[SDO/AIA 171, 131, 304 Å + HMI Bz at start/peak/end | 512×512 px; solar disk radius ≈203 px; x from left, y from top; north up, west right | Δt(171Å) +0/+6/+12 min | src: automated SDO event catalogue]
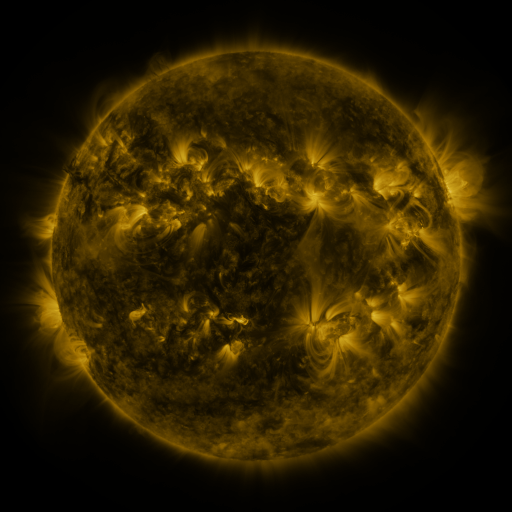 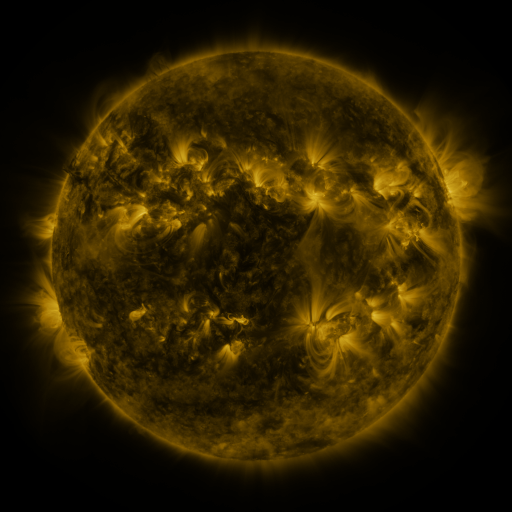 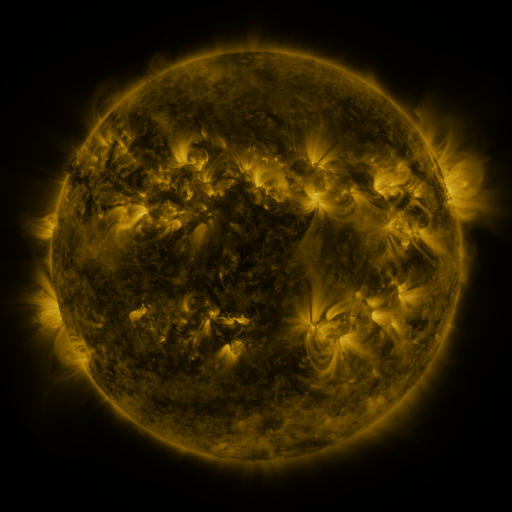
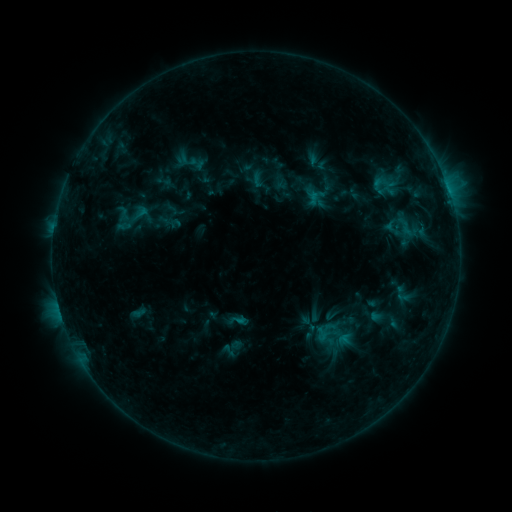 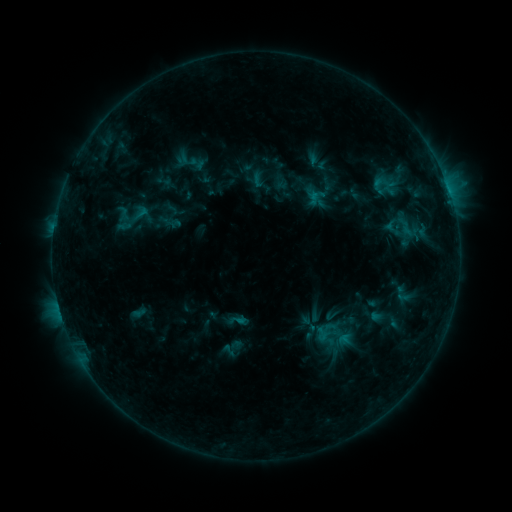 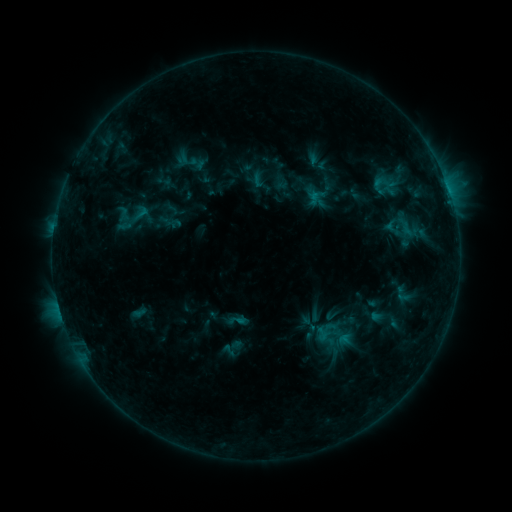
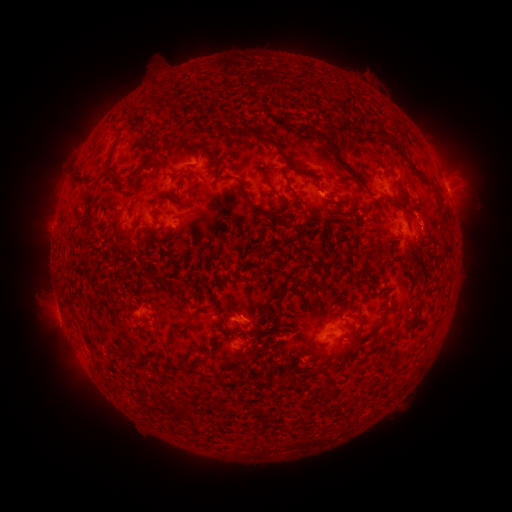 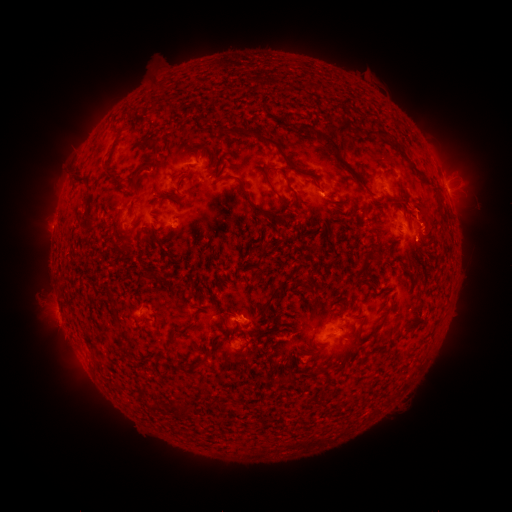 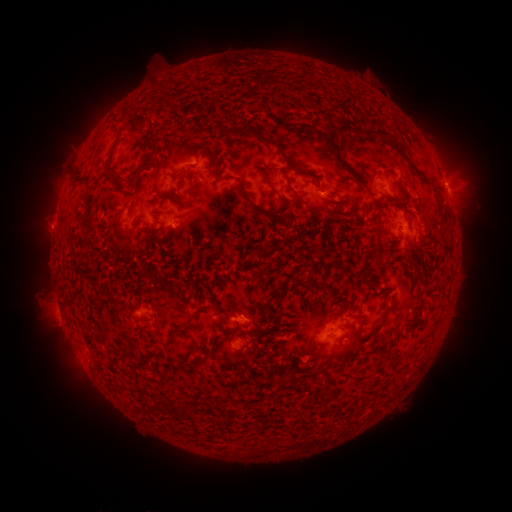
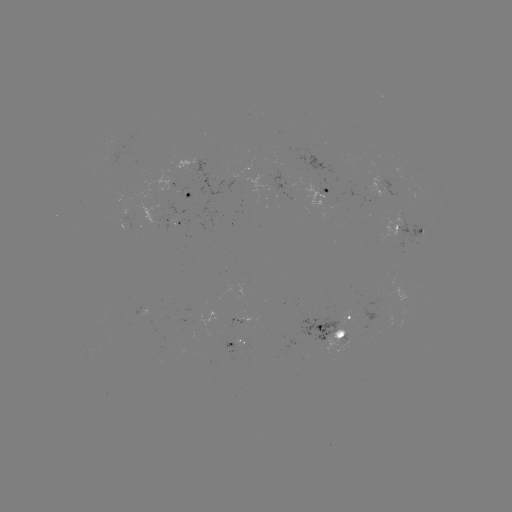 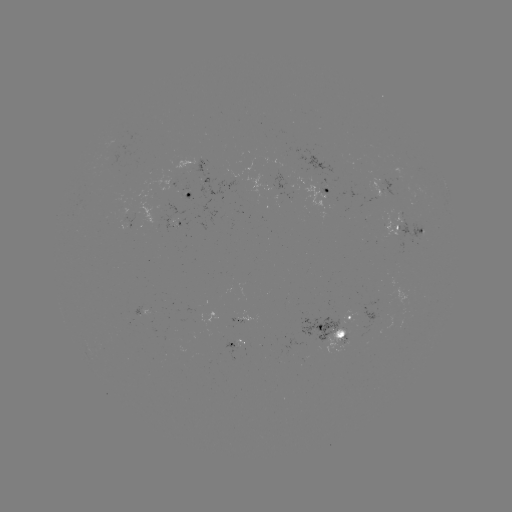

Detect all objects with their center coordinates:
eruption: (421, 208)
